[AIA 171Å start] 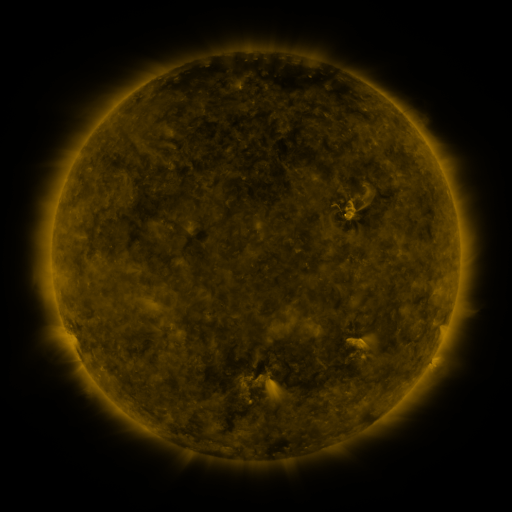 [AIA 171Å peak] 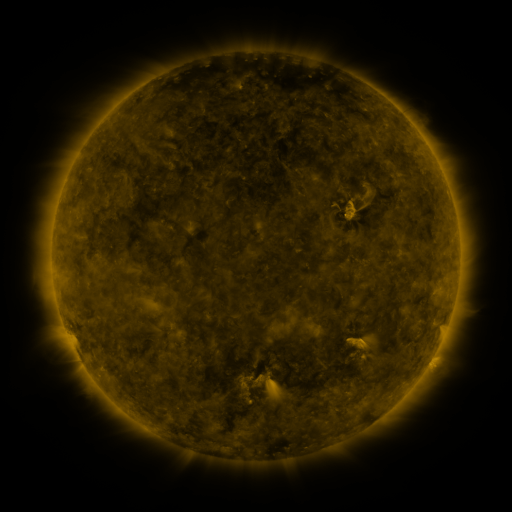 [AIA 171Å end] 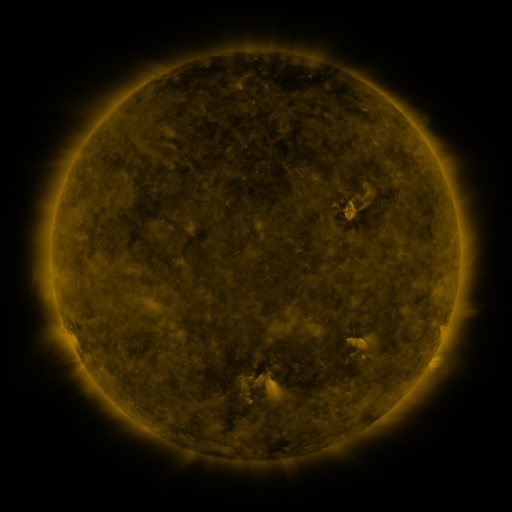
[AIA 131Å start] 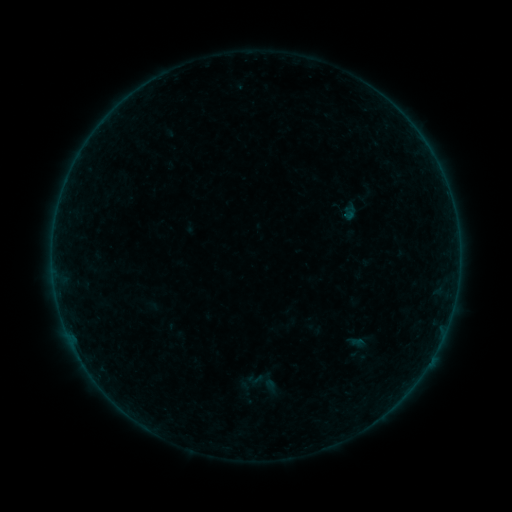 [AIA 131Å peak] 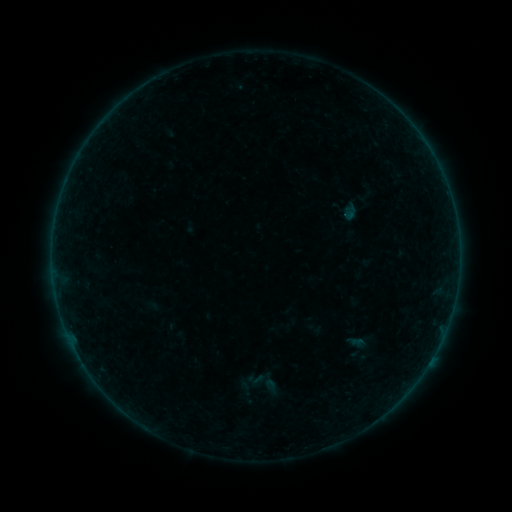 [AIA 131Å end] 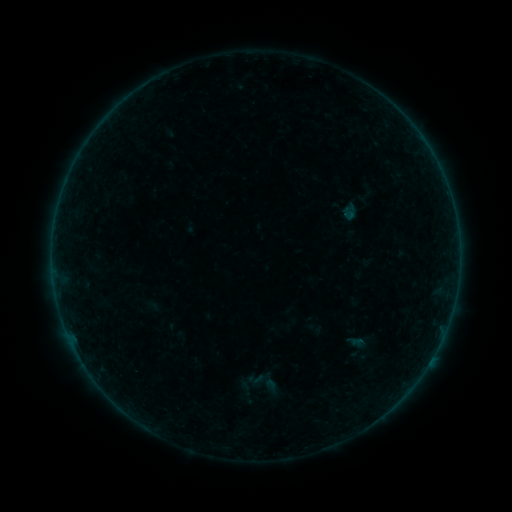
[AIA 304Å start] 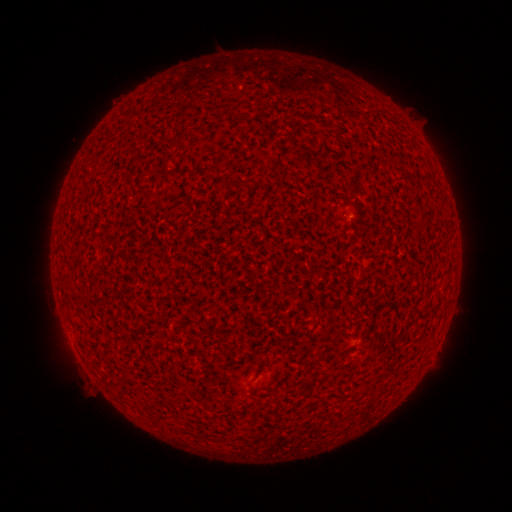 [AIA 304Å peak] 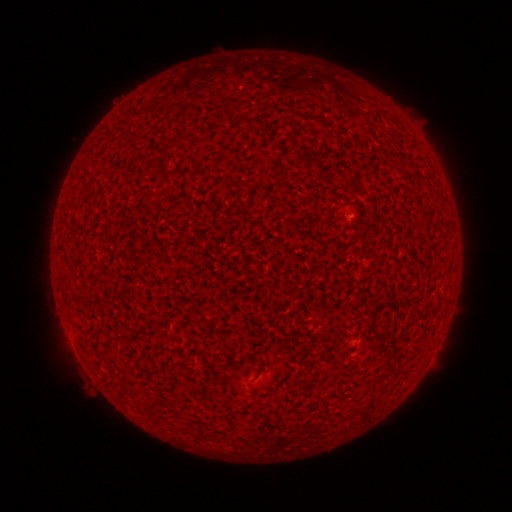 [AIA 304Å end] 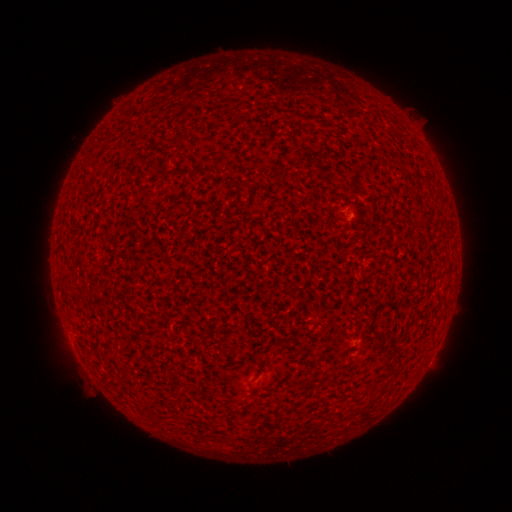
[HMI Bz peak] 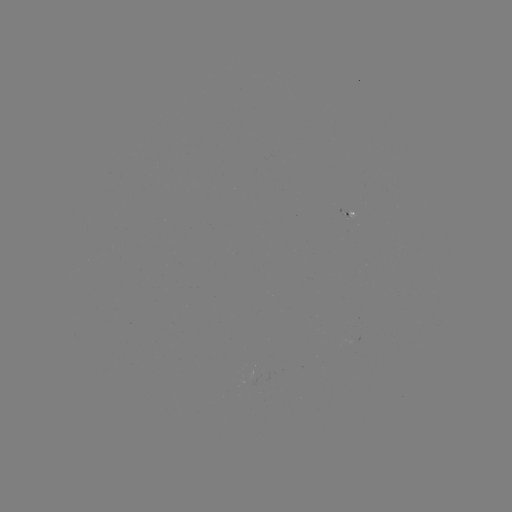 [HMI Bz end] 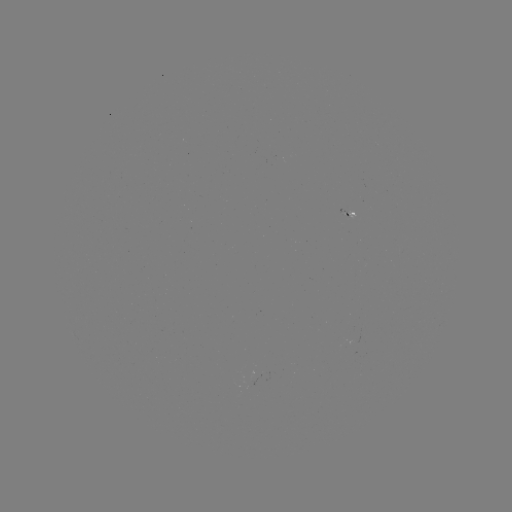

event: flare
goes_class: A2.1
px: (344, 213)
